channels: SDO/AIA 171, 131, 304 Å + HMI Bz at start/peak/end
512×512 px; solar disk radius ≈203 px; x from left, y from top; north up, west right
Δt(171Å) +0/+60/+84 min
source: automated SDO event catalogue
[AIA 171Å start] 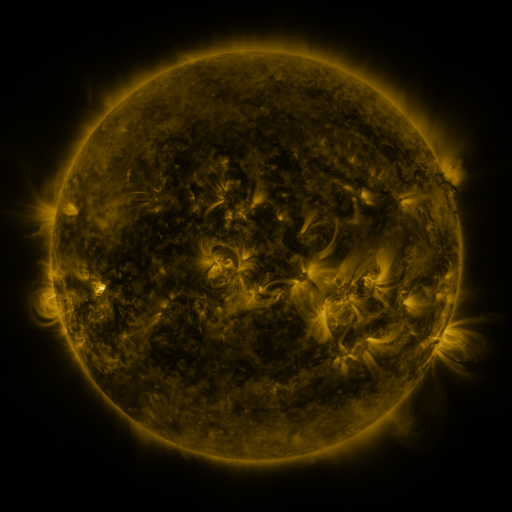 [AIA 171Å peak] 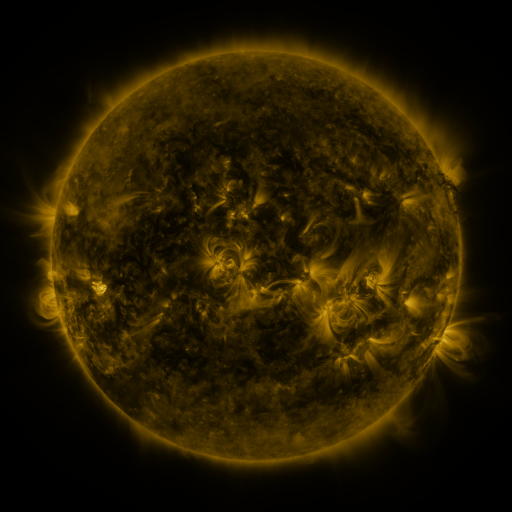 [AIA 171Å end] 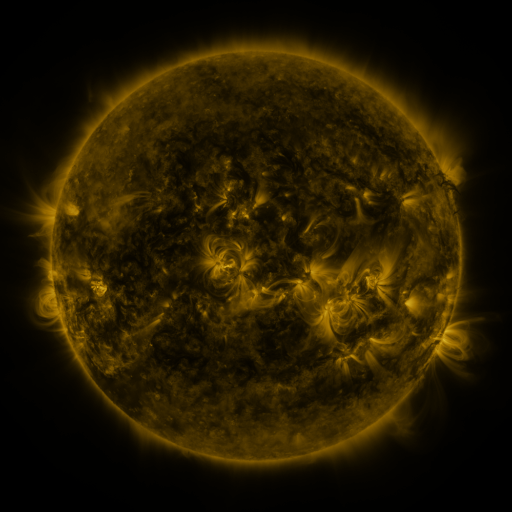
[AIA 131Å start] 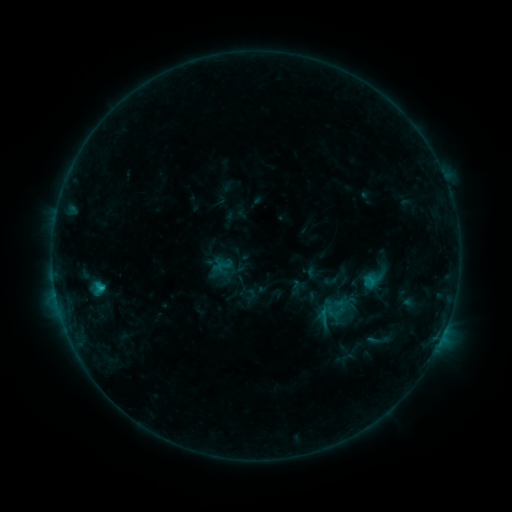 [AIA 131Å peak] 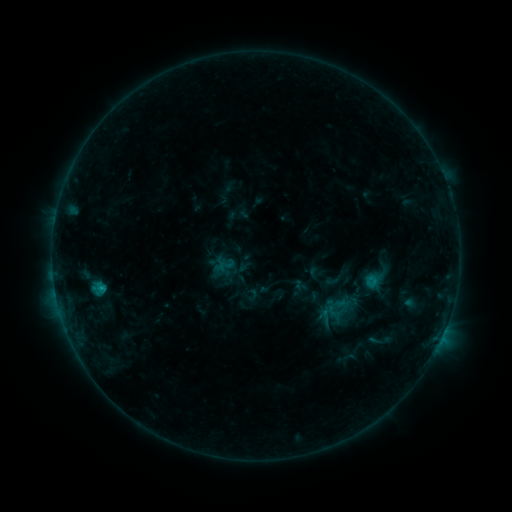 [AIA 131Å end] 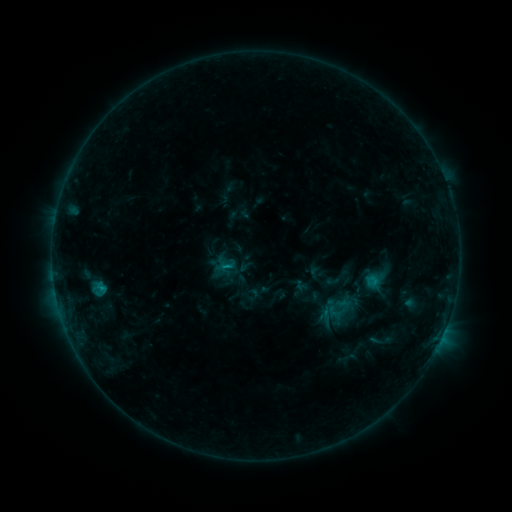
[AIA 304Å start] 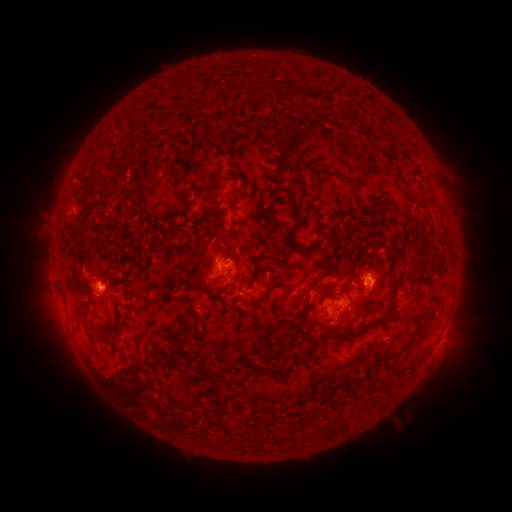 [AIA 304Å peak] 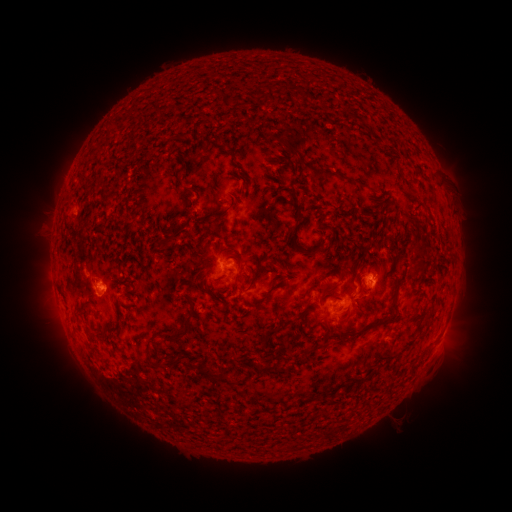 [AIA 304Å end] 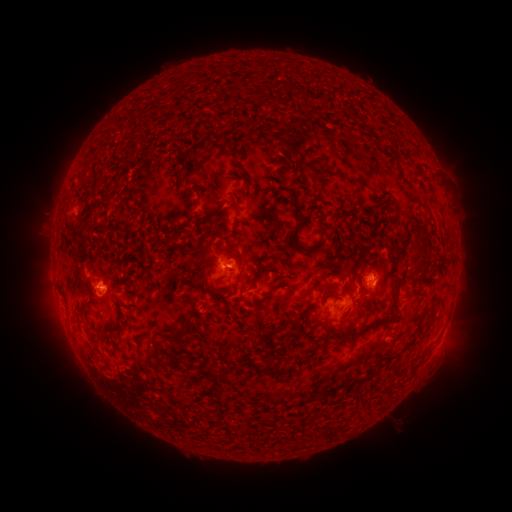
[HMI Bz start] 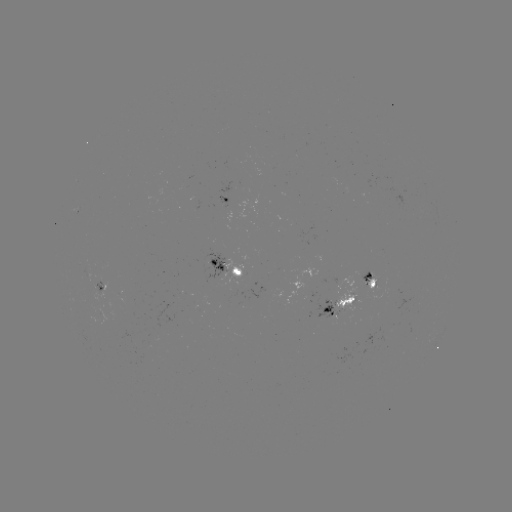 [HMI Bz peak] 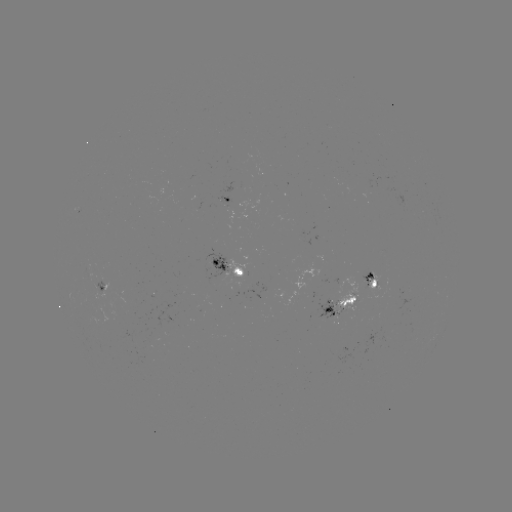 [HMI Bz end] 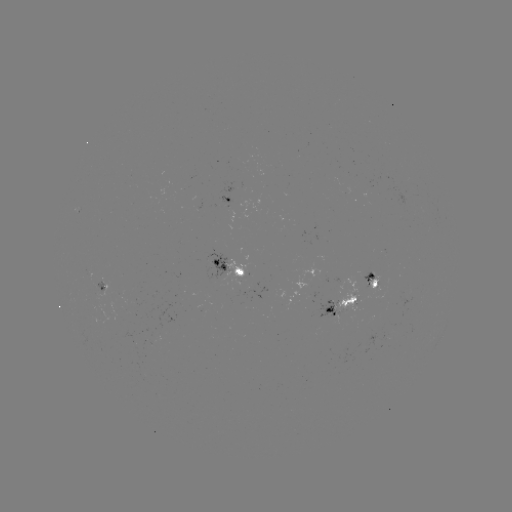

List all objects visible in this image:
emerging-flux region: (375, 285)
